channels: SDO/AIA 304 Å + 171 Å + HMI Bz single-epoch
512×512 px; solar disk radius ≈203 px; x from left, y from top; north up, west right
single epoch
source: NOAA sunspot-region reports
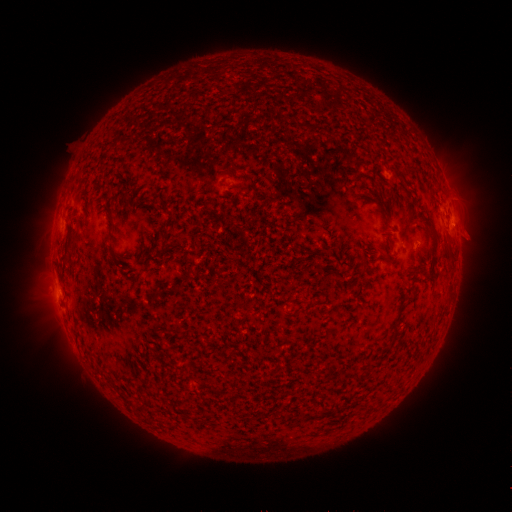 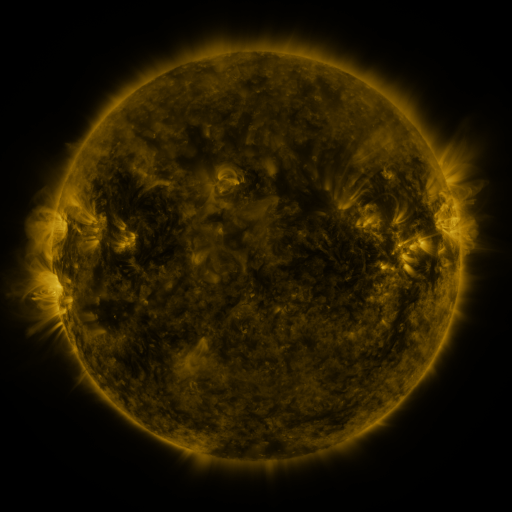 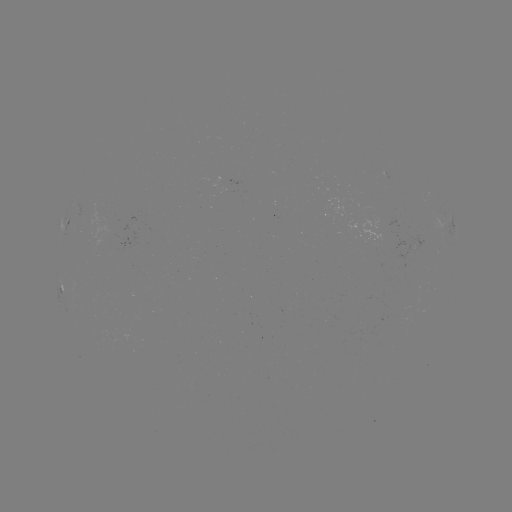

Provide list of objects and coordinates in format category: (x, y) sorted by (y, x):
spotted active region: (69, 224)
spotted active region: (453, 224)
spotted active region: (409, 239)
spotted active region: (61, 288)
